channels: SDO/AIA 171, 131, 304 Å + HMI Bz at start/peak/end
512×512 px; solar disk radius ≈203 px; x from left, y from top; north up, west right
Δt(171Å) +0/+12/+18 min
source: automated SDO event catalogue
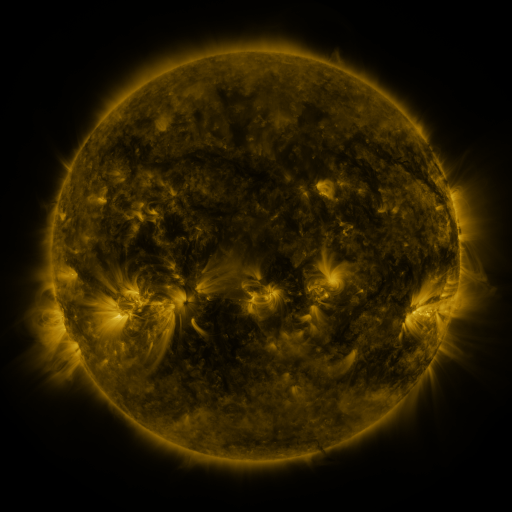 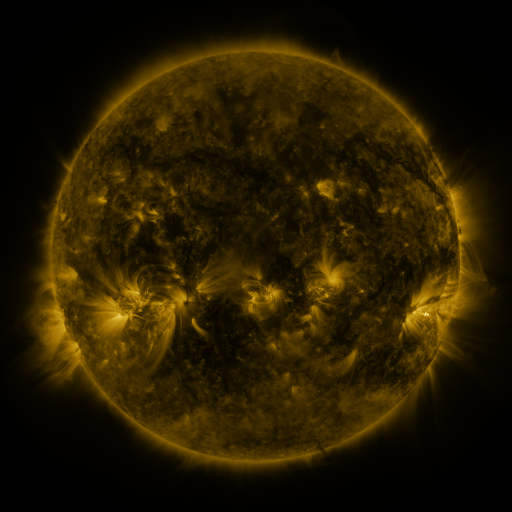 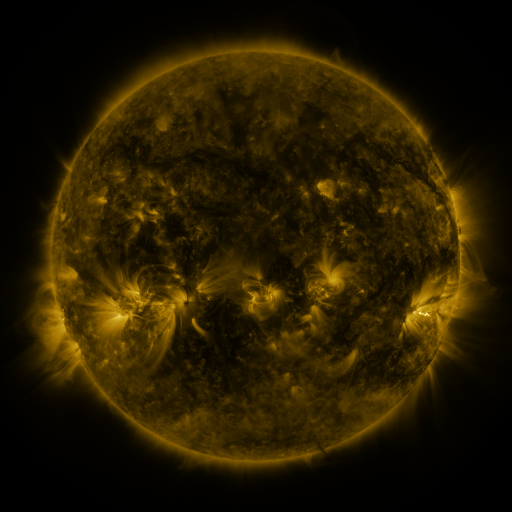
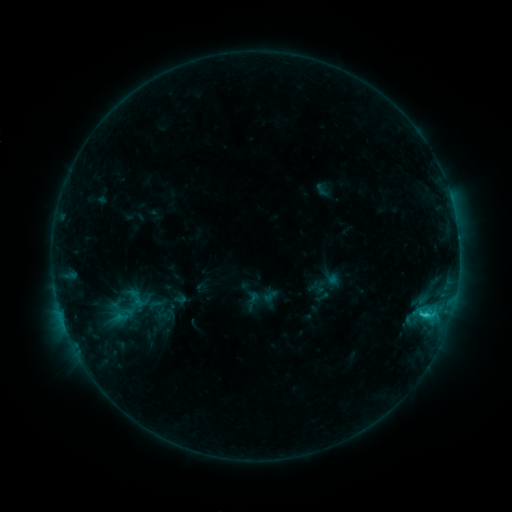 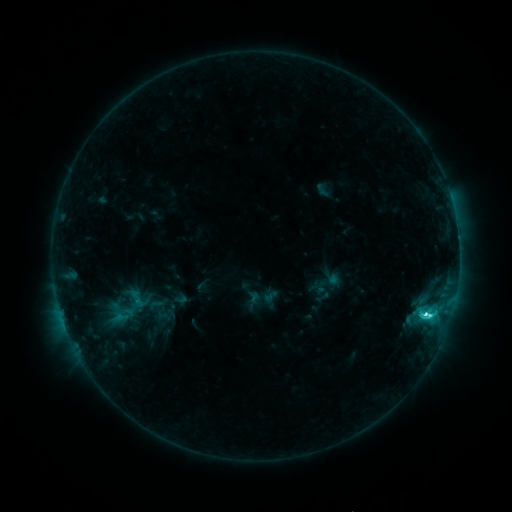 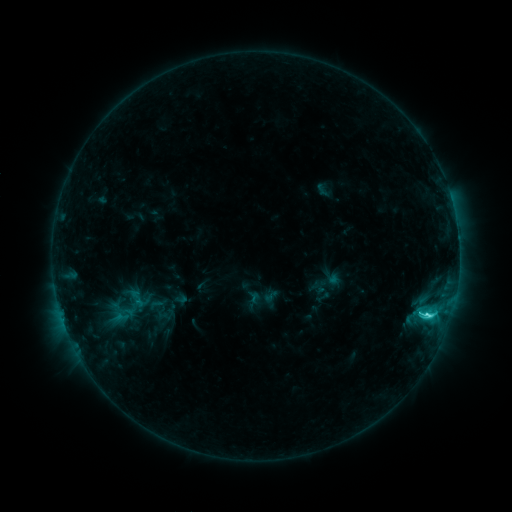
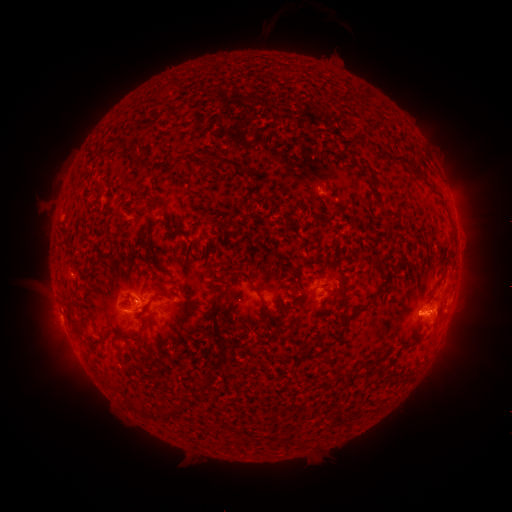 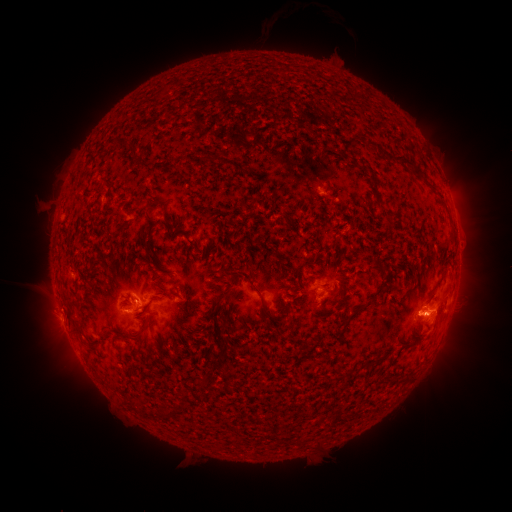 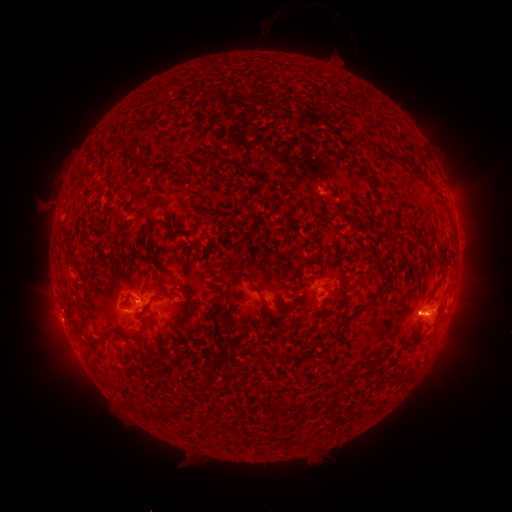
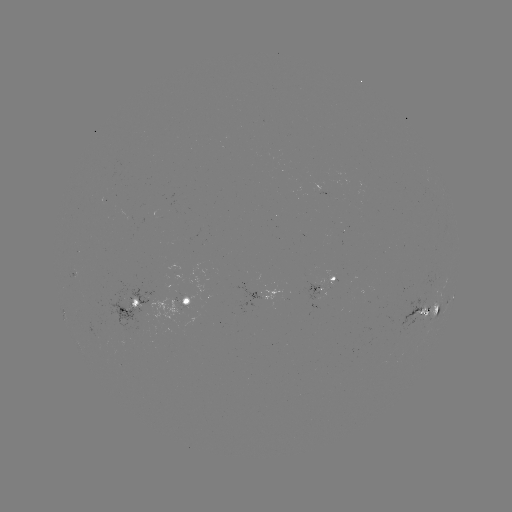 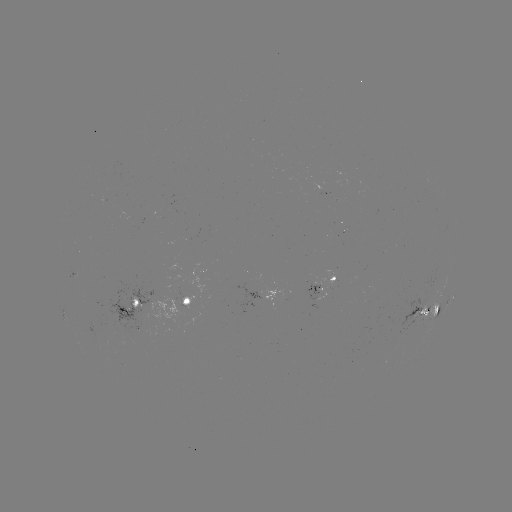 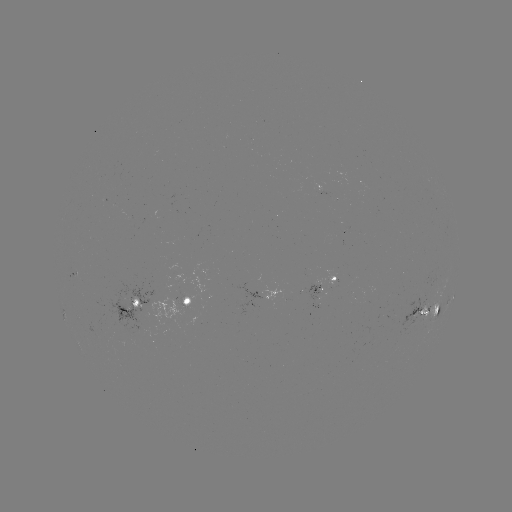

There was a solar flare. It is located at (411, 311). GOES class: C4.5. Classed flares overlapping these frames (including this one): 1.